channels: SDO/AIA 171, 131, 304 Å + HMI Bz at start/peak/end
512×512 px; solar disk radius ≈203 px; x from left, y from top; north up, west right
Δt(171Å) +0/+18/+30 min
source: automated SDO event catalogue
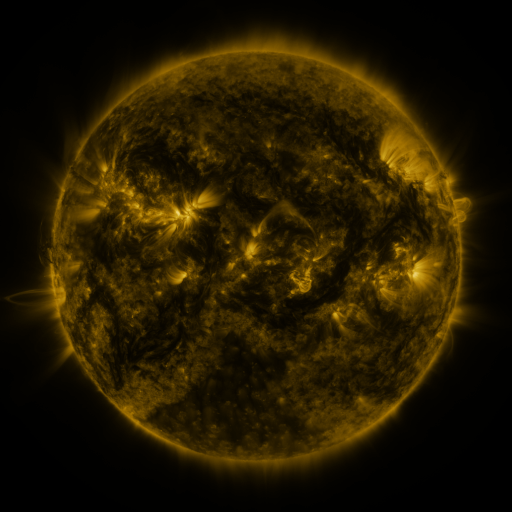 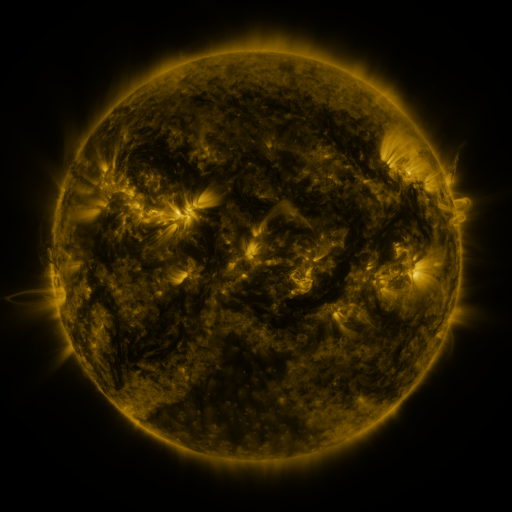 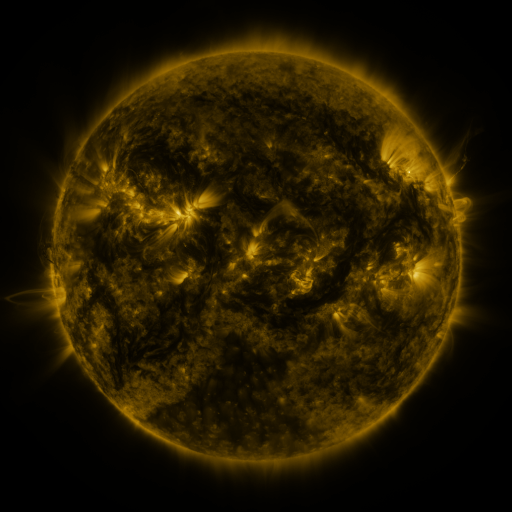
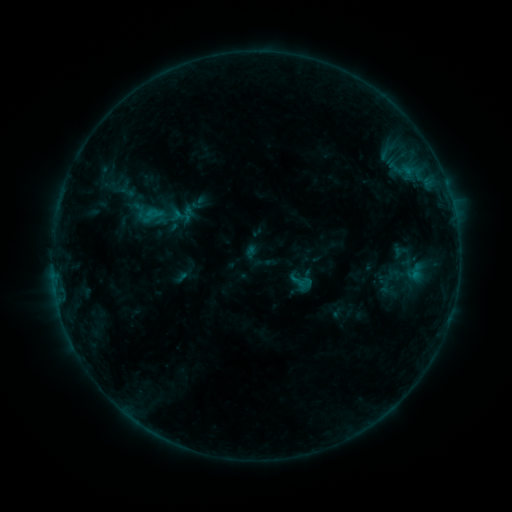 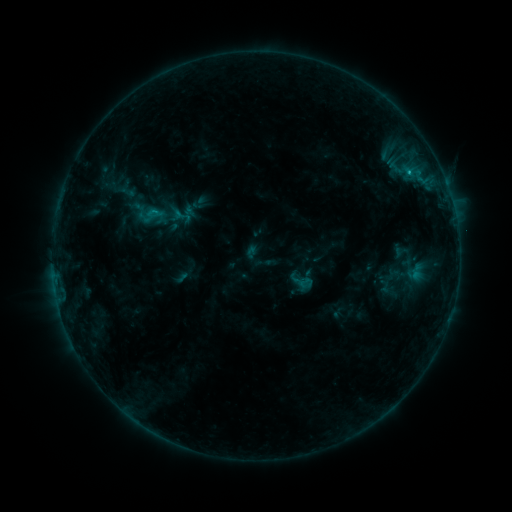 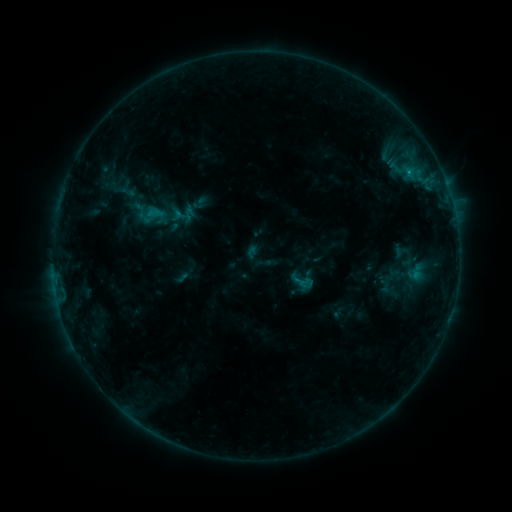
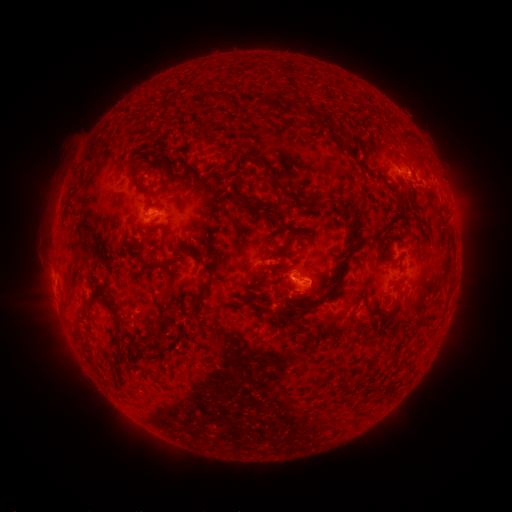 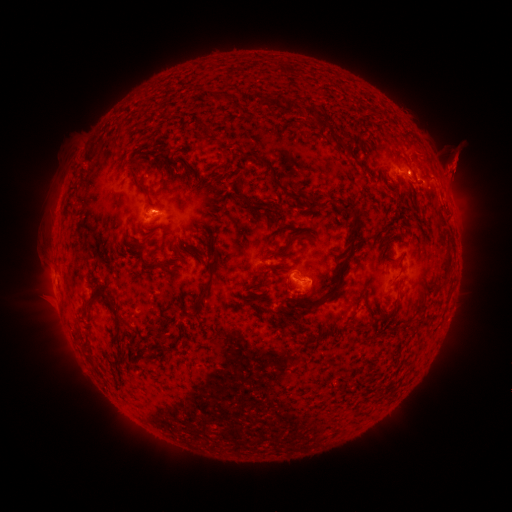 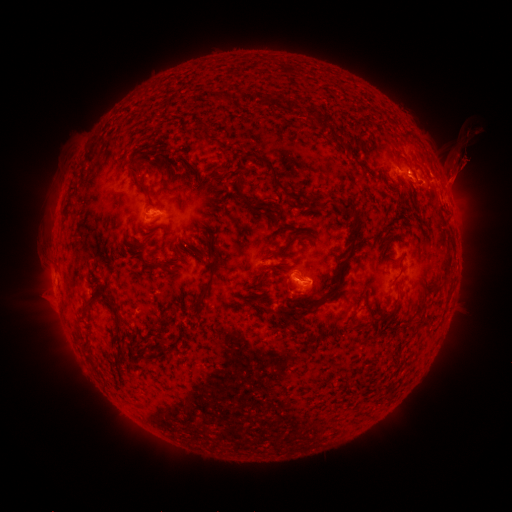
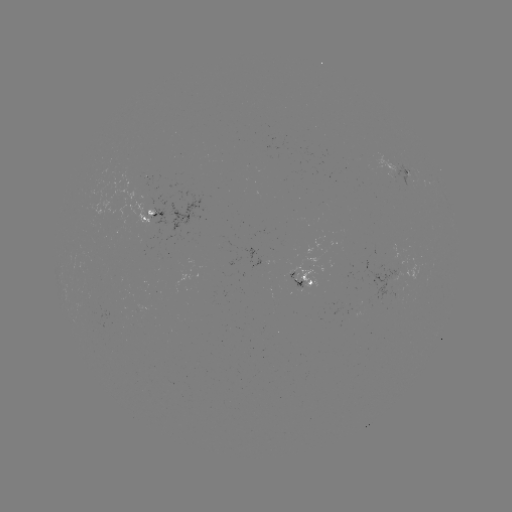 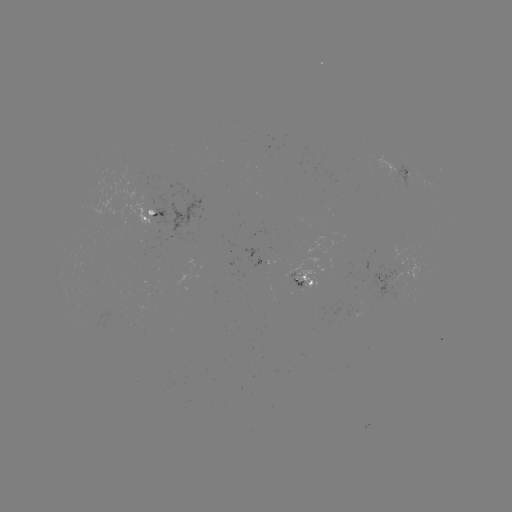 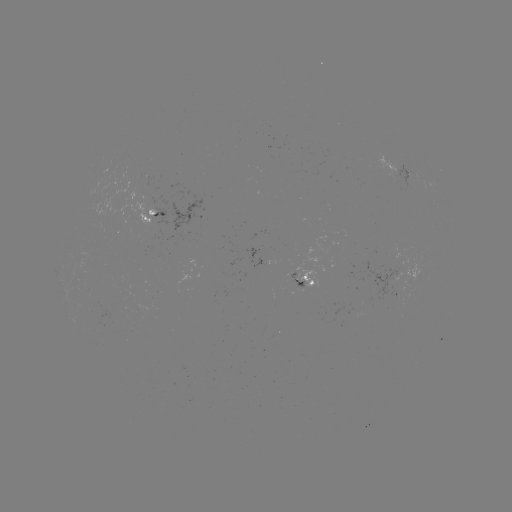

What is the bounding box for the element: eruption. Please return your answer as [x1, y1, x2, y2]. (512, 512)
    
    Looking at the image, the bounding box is [419, 136, 486, 213].